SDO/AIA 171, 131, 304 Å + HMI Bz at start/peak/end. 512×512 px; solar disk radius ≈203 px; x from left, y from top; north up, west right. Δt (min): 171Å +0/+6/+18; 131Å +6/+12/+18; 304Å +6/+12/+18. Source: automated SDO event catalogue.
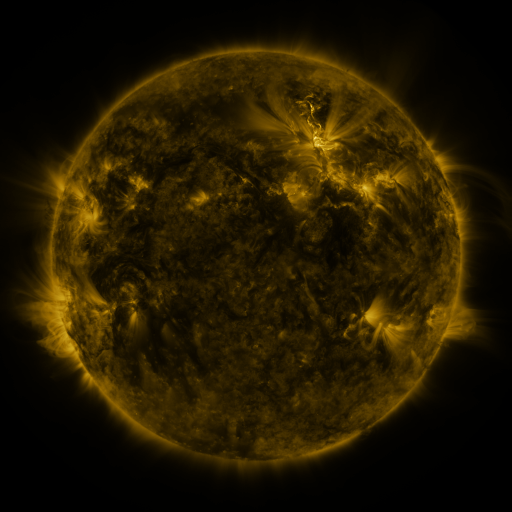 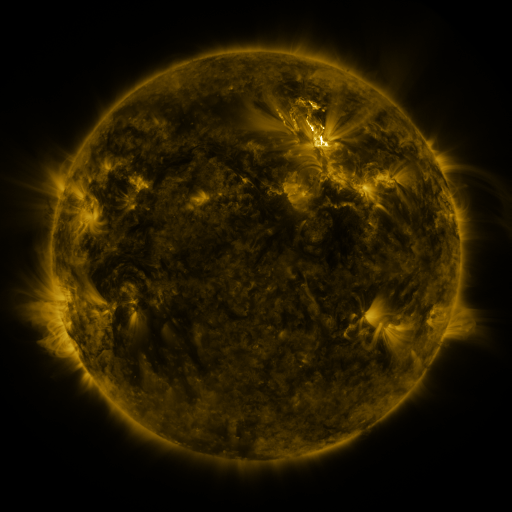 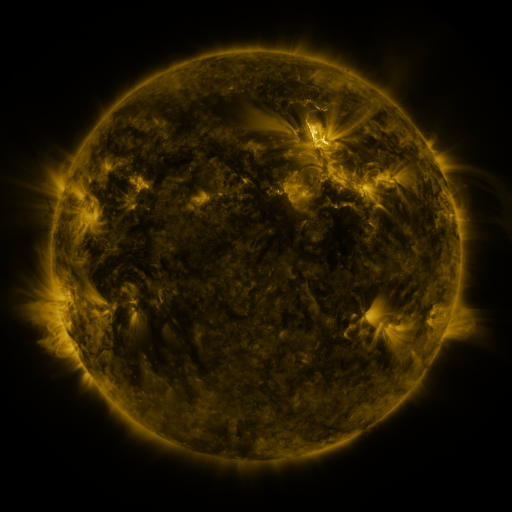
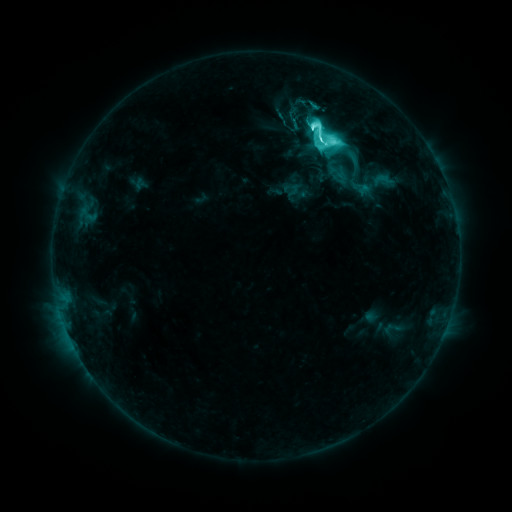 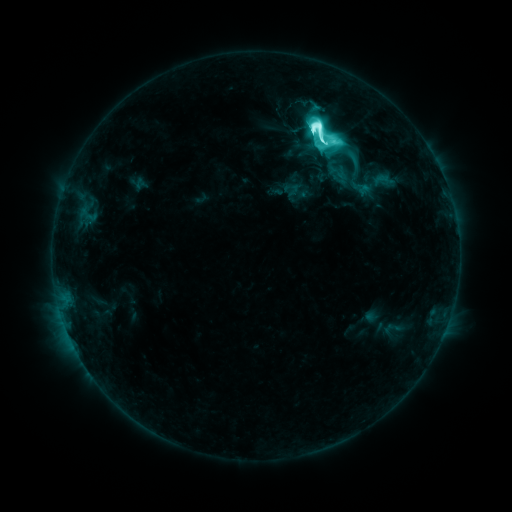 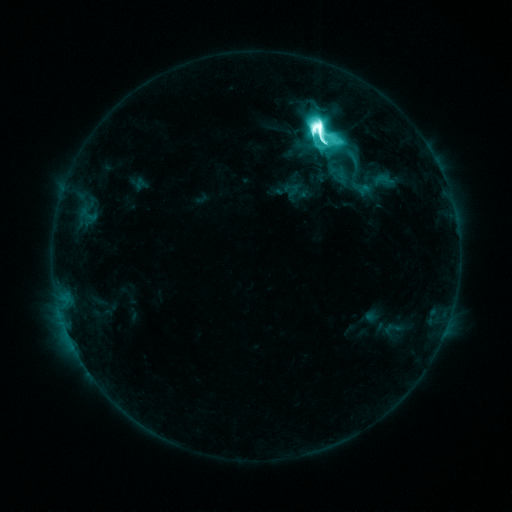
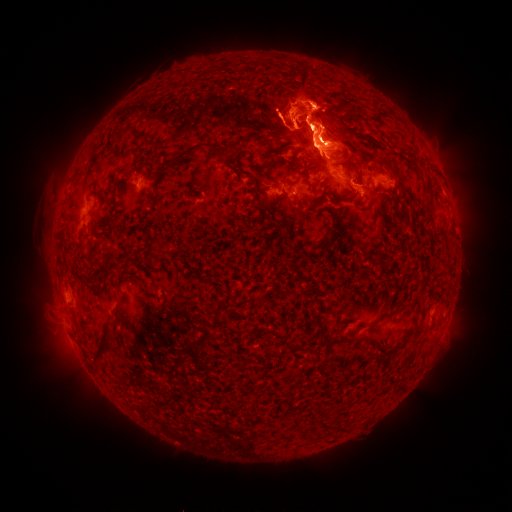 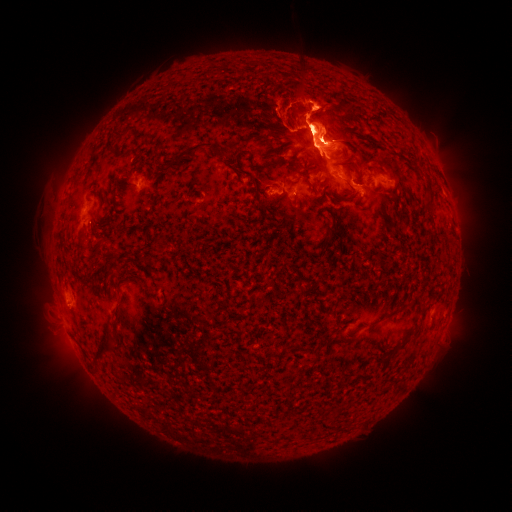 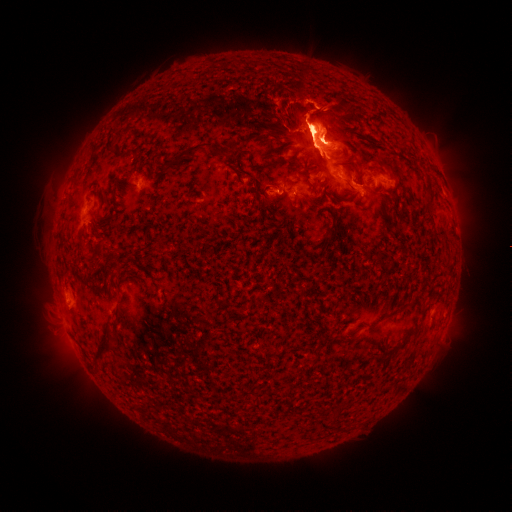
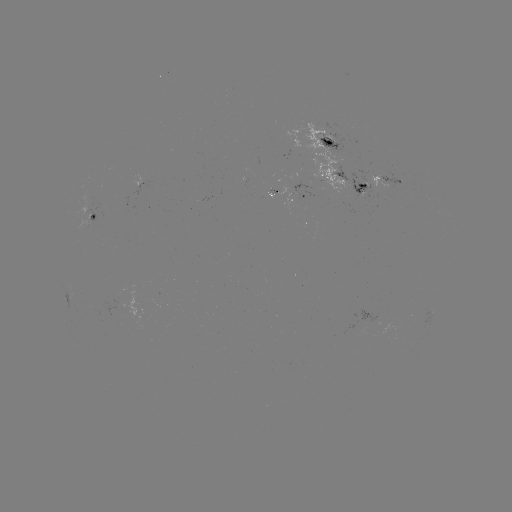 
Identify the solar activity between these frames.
eruption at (317, 53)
